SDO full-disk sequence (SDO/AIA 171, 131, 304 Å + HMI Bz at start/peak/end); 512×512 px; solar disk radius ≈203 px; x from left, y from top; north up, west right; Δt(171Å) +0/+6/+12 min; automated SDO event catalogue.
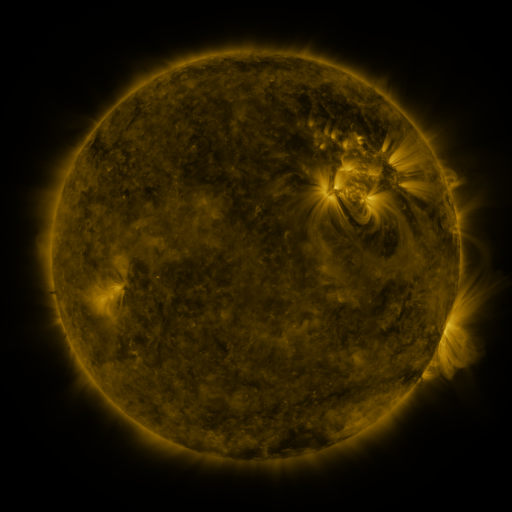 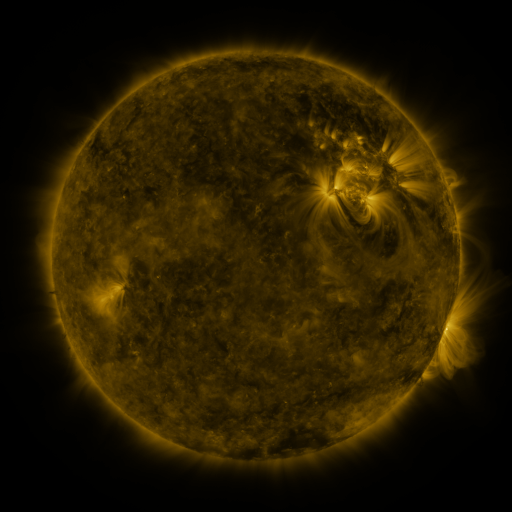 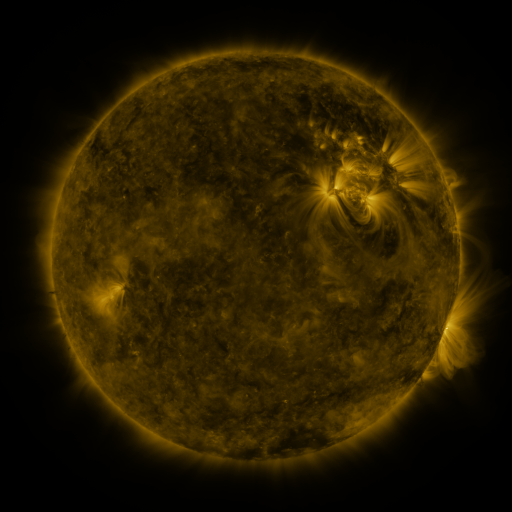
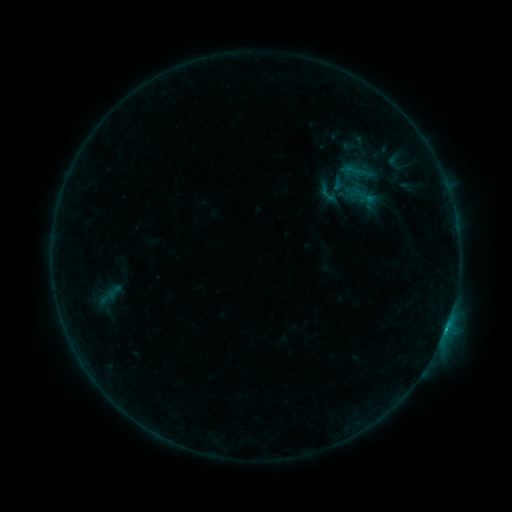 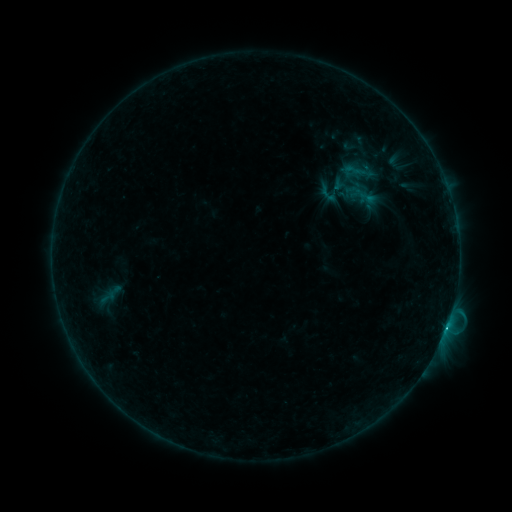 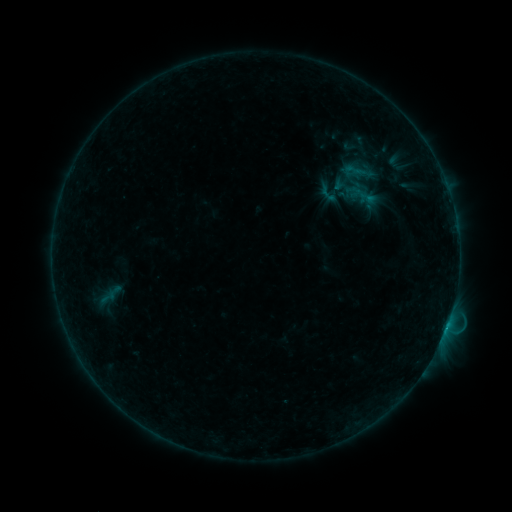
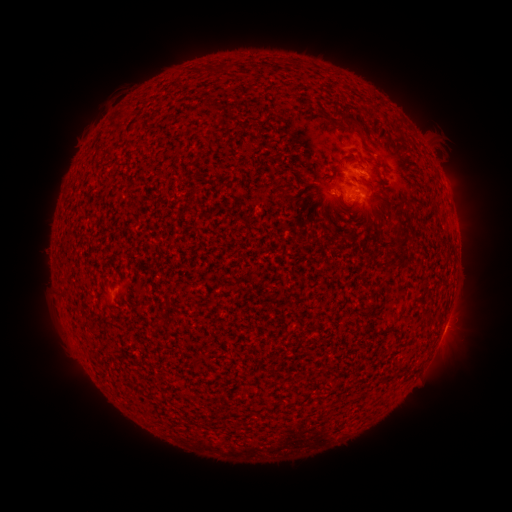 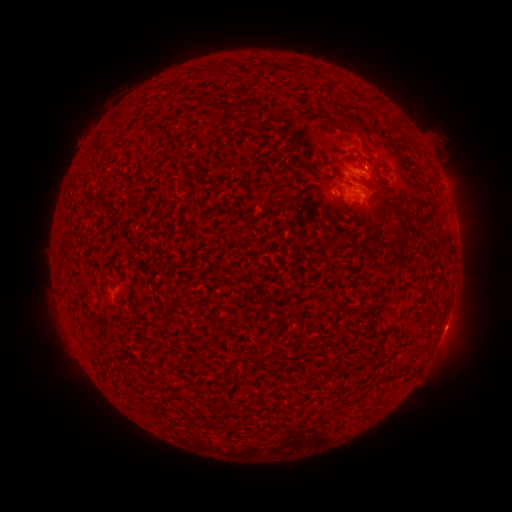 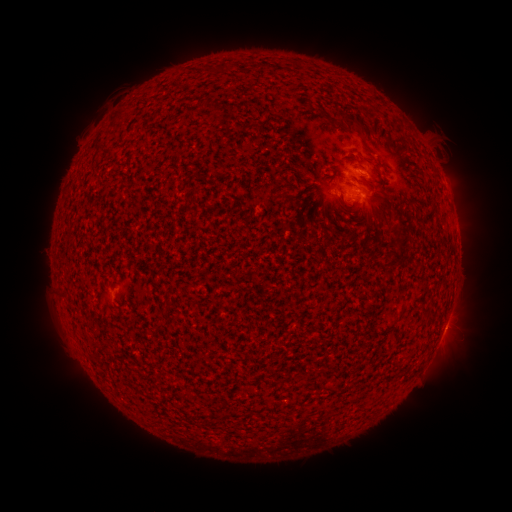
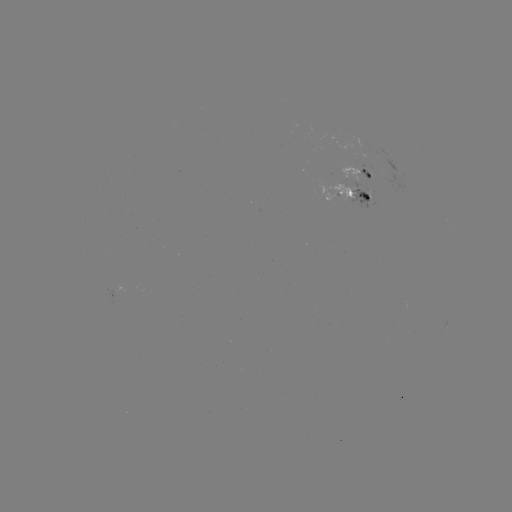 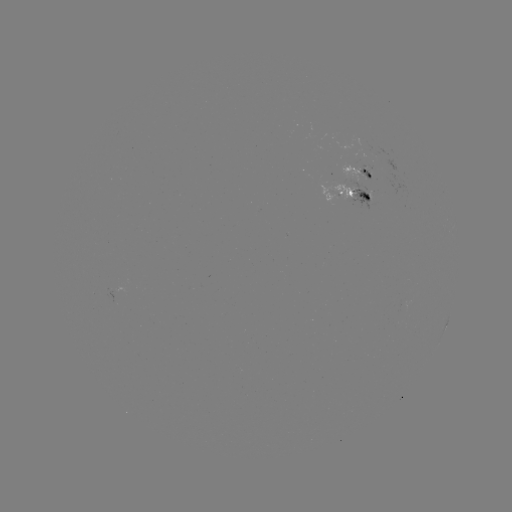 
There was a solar flare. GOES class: B8.8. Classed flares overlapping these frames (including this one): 1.